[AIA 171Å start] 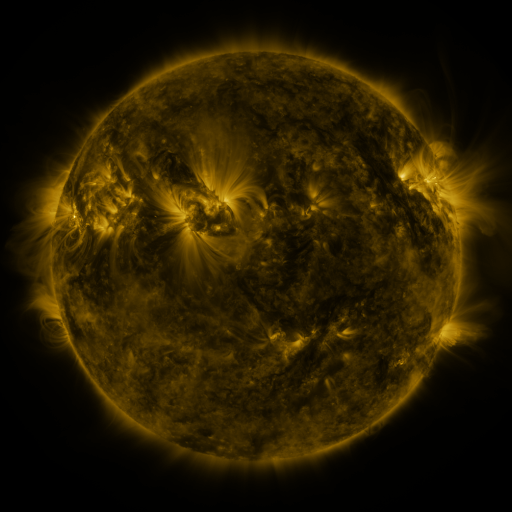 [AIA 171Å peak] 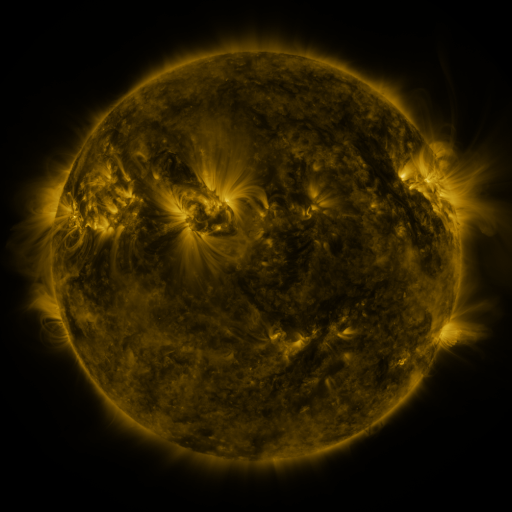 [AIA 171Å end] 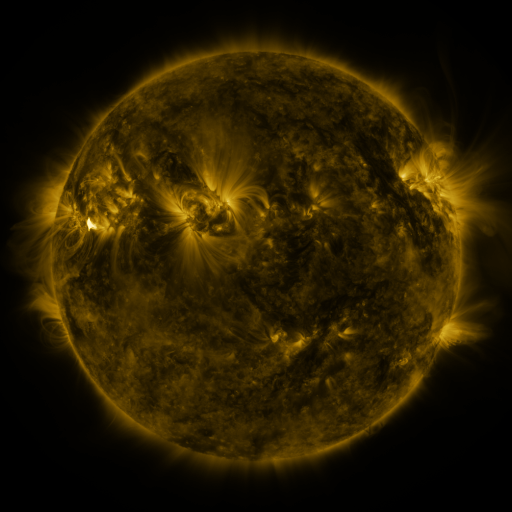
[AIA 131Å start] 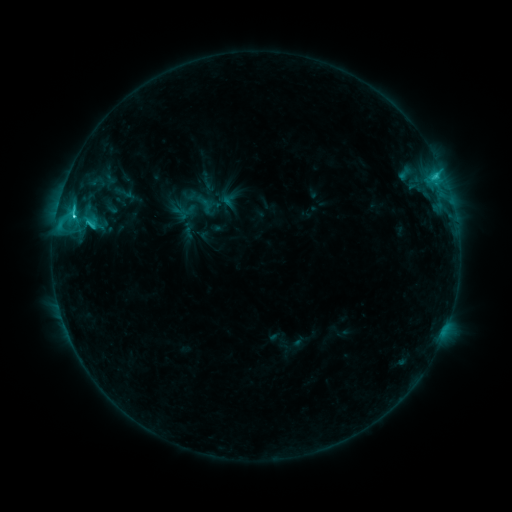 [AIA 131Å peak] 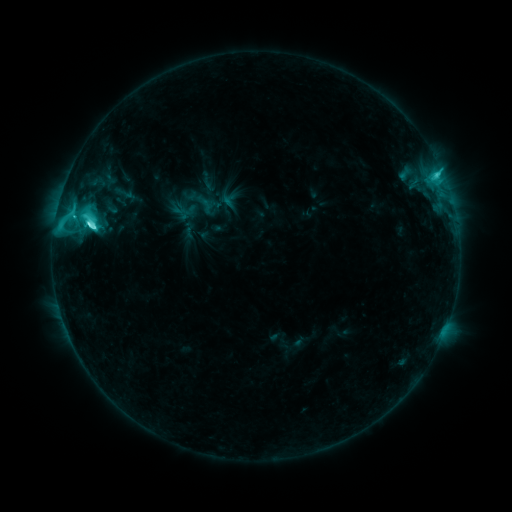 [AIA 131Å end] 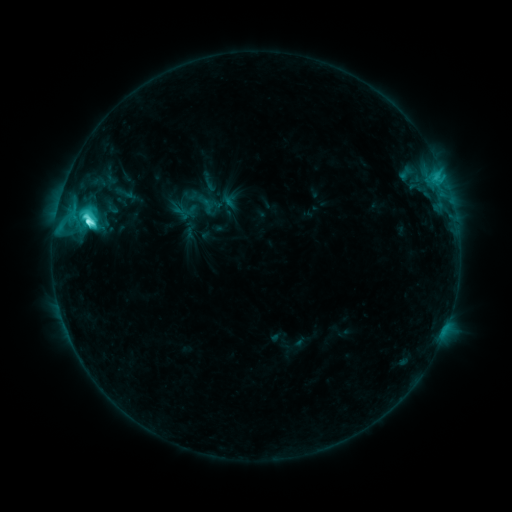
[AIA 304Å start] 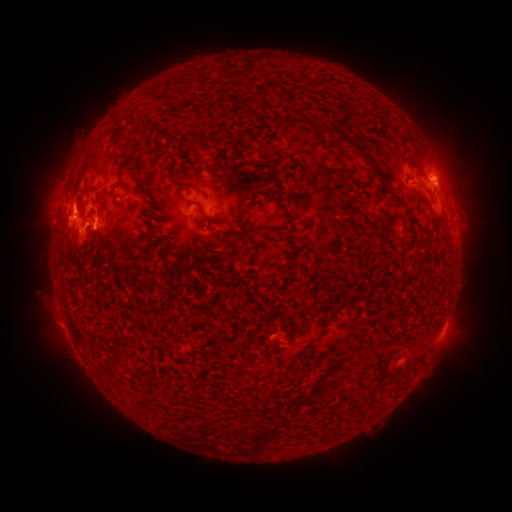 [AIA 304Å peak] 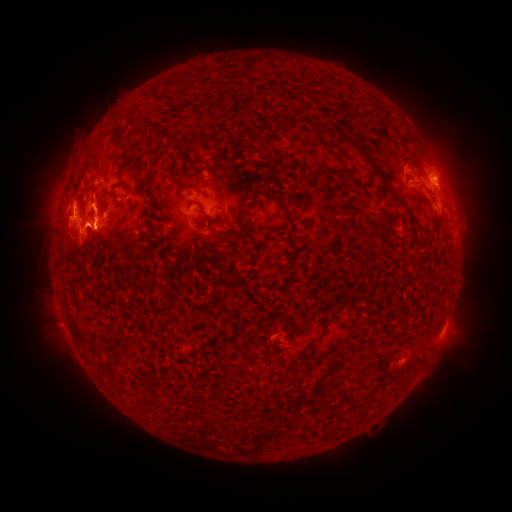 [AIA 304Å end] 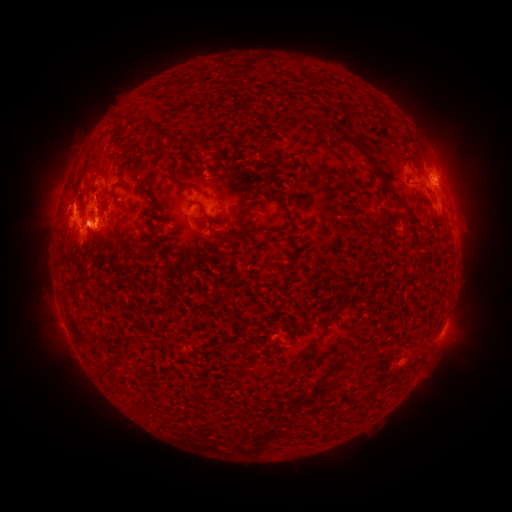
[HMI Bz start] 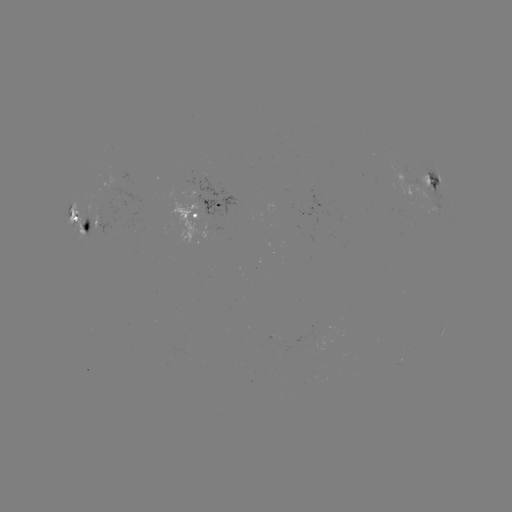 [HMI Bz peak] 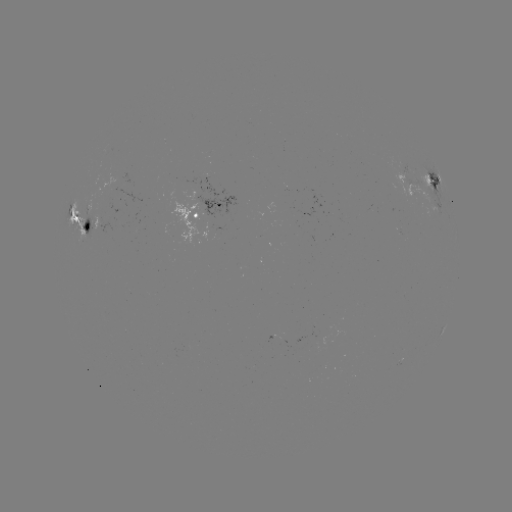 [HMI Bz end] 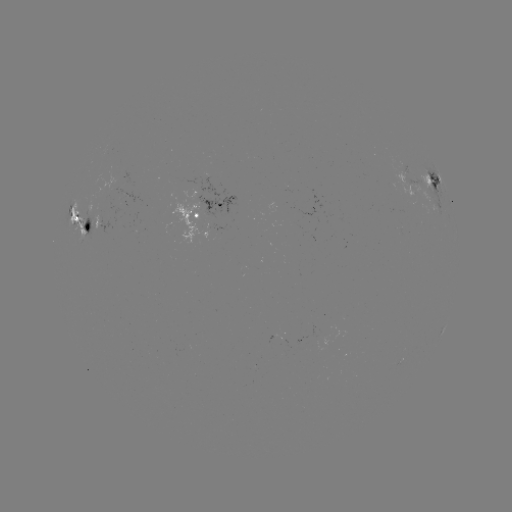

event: flare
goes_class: M1.6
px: (90, 227)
